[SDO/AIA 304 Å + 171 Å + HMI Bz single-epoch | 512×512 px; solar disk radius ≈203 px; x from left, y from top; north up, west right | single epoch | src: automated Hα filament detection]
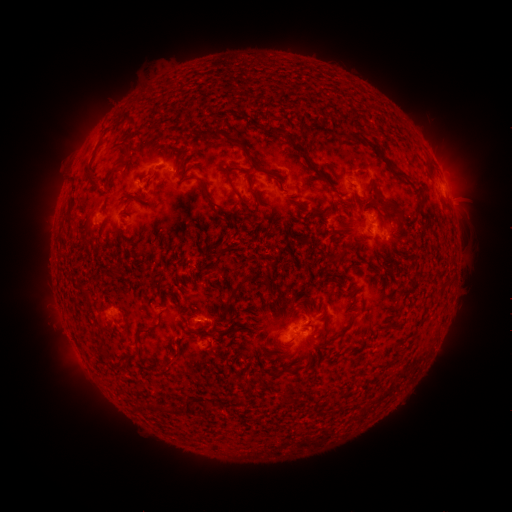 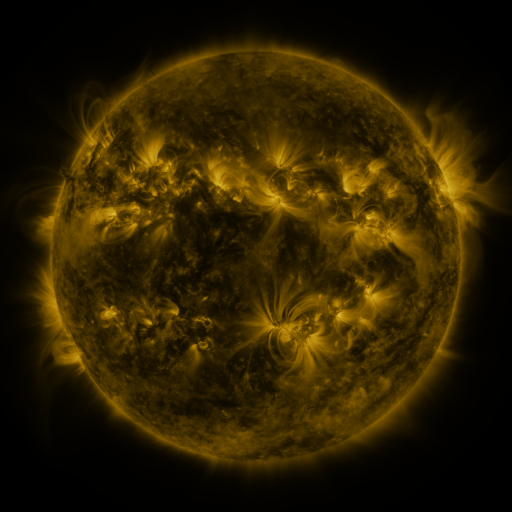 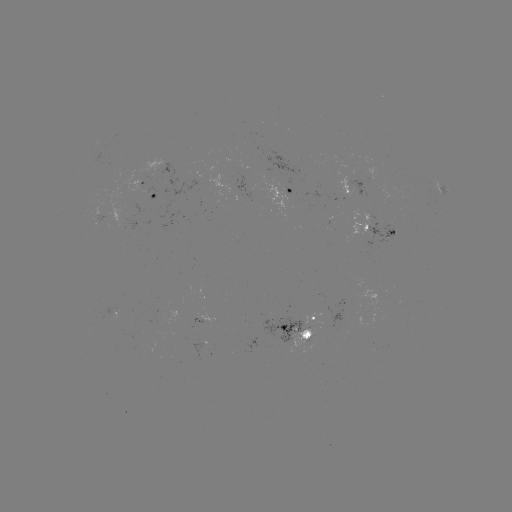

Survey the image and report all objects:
filament: (277, 130)
filament: (236, 142)
filament: (298, 145)
filament: (373, 145)
filament: (119, 162)
filament: (402, 175)
filament: (89, 176)
filament: (252, 180)
filament: (235, 192)
filament: (210, 199)
filament: (332, 204)
filament: (387, 208)
filament: (218, 262)
filament: (371, 268)
filament: (233, 295)
filament: (347, 328)
filament: (144, 330)
filament: (325, 334)
filament: (170, 360)
